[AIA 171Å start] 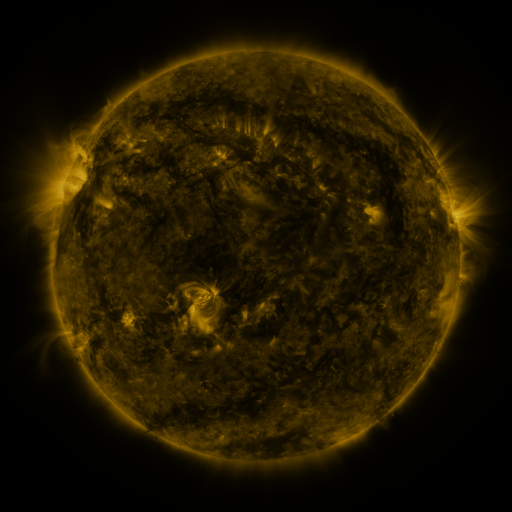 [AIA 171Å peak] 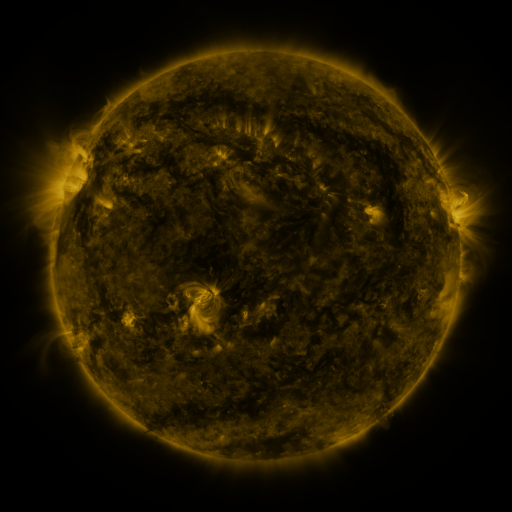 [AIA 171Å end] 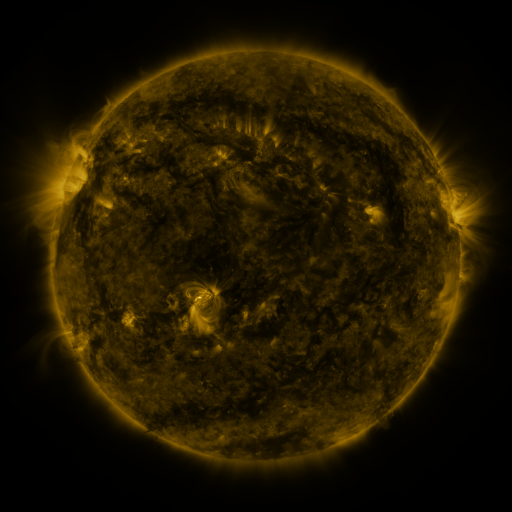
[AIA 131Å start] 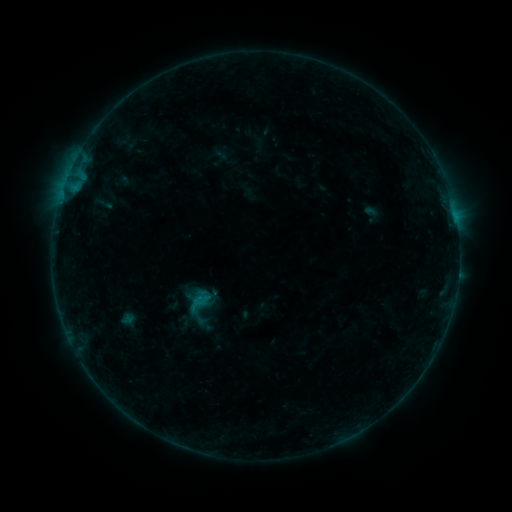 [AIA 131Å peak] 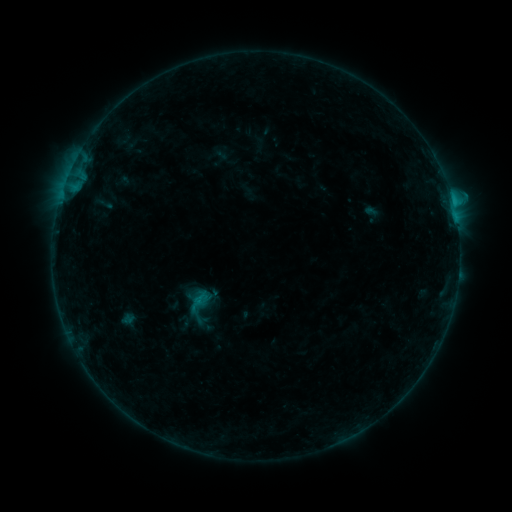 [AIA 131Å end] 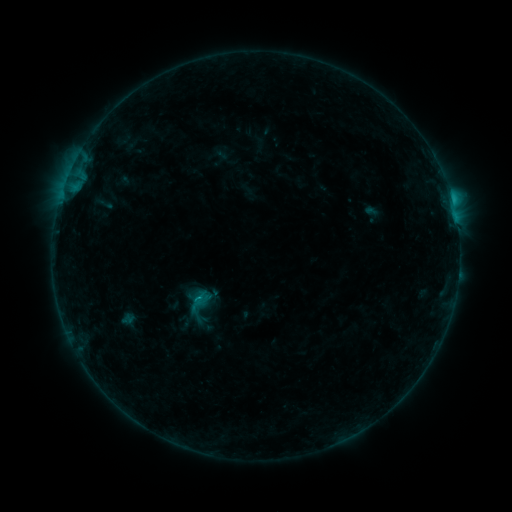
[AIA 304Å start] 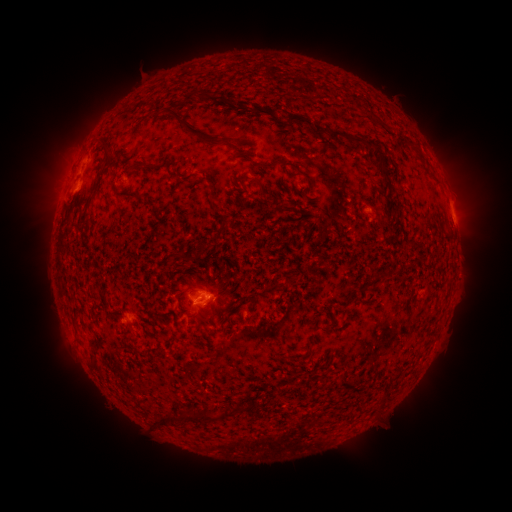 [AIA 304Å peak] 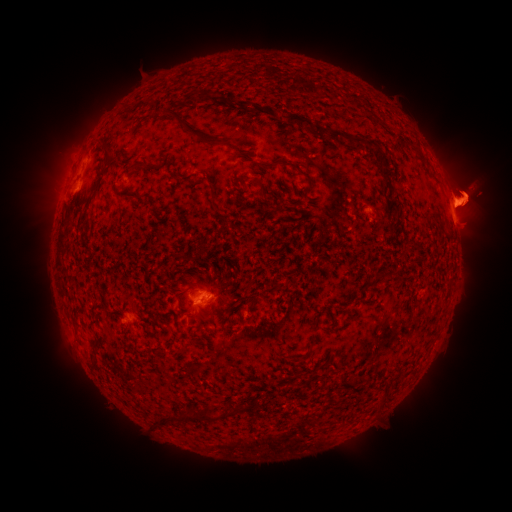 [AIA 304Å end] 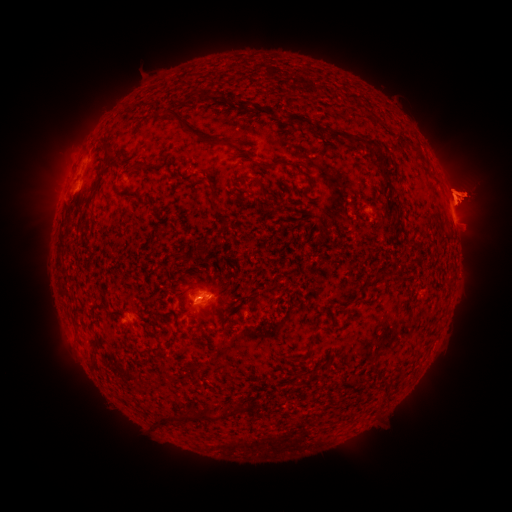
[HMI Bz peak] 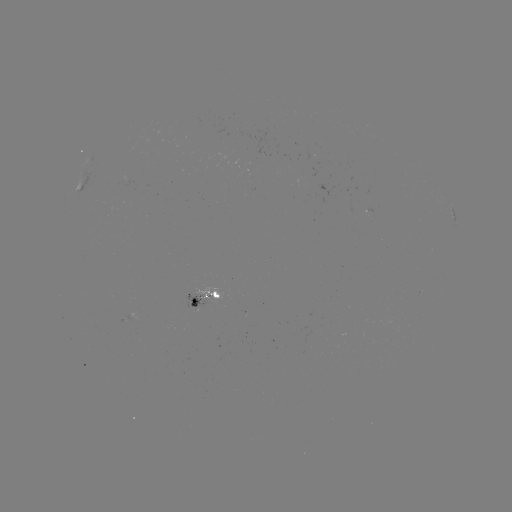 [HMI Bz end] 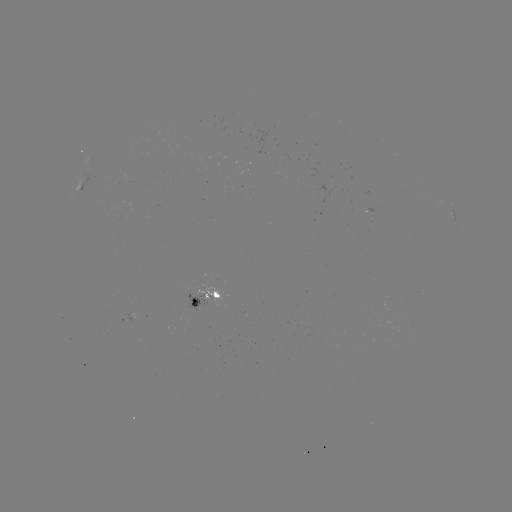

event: eruption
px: (456, 196)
